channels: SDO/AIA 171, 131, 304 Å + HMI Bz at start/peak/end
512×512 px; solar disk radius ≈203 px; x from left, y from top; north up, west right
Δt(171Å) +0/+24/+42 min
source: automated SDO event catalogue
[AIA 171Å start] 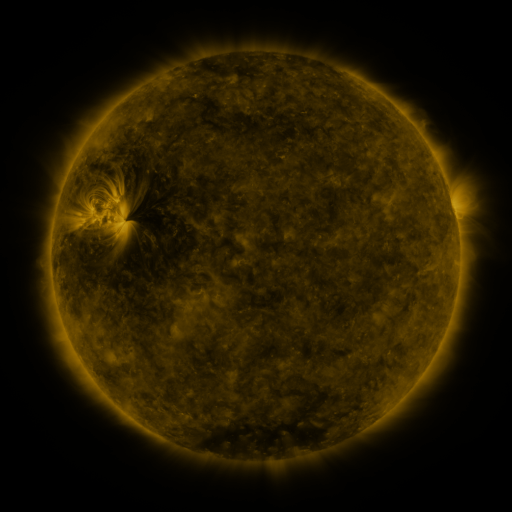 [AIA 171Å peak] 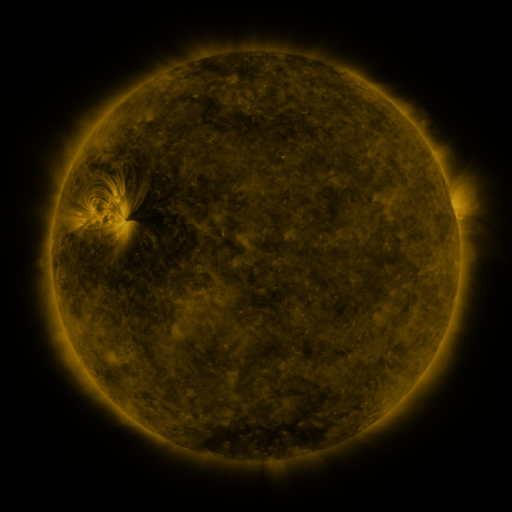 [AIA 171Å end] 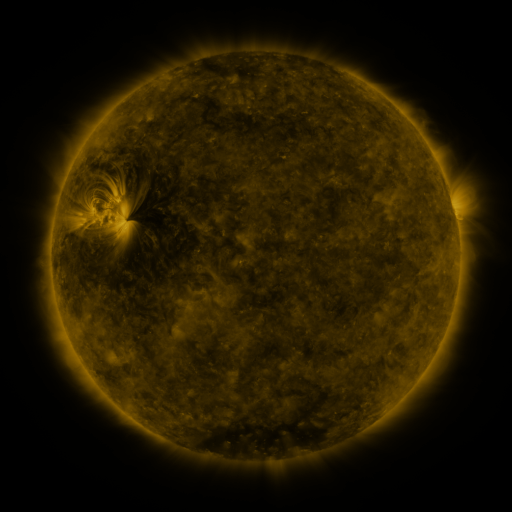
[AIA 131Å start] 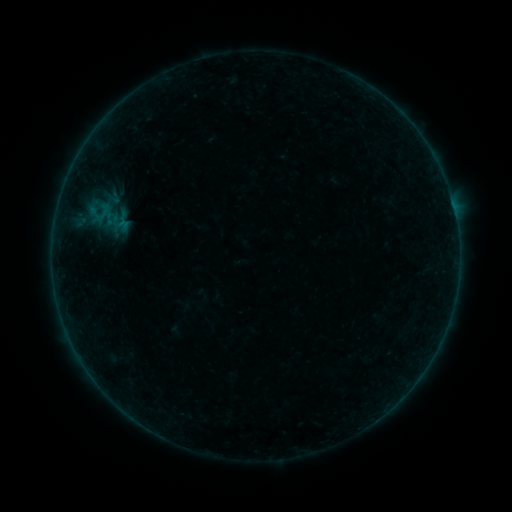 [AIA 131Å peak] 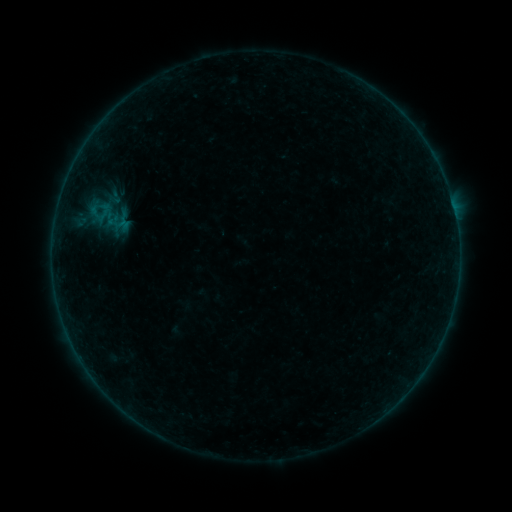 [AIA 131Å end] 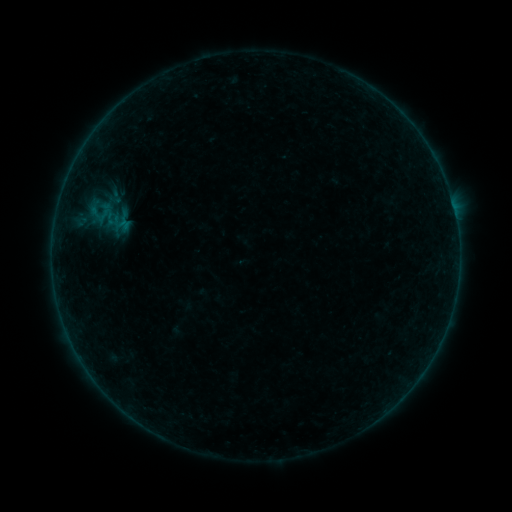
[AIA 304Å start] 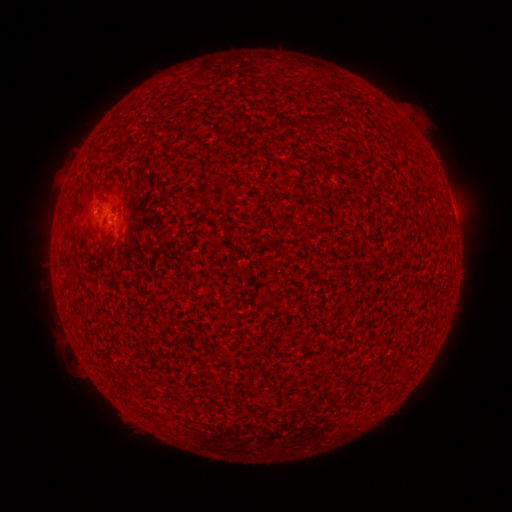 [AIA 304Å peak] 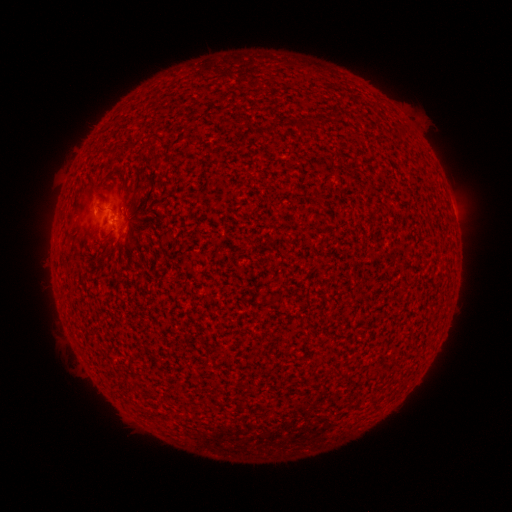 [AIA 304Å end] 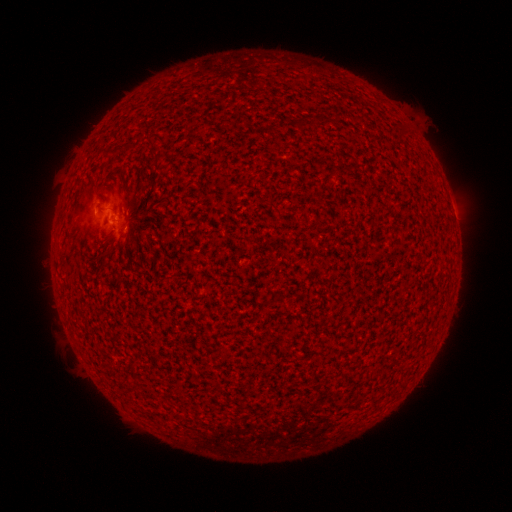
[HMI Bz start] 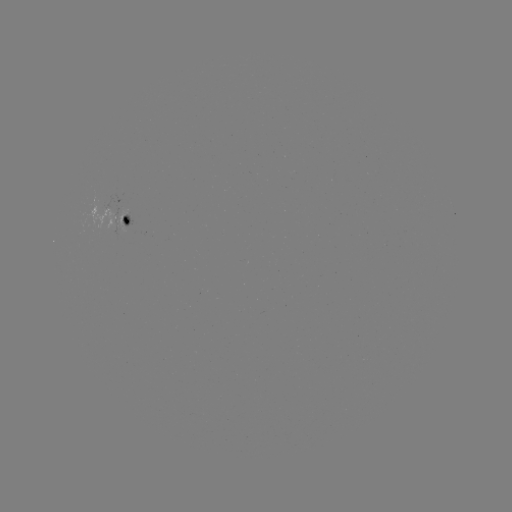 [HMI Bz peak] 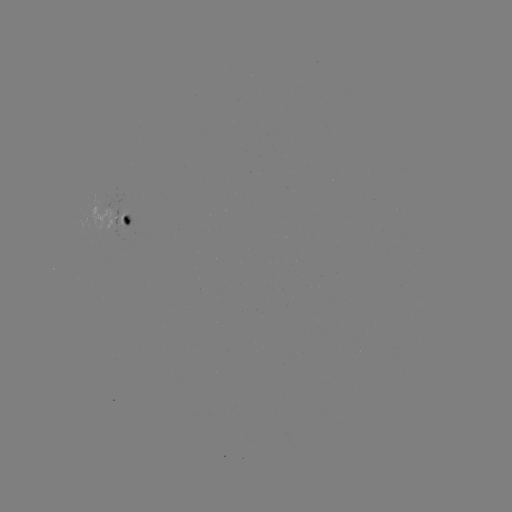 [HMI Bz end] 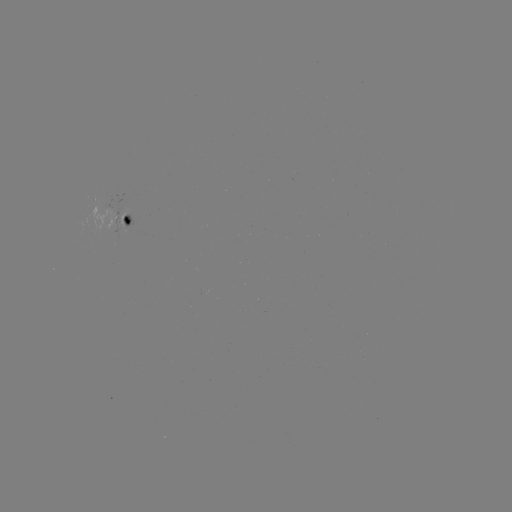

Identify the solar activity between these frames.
B1.0 flare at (97, 207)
